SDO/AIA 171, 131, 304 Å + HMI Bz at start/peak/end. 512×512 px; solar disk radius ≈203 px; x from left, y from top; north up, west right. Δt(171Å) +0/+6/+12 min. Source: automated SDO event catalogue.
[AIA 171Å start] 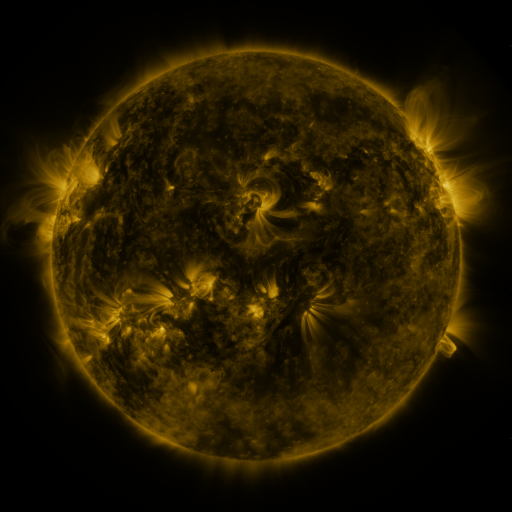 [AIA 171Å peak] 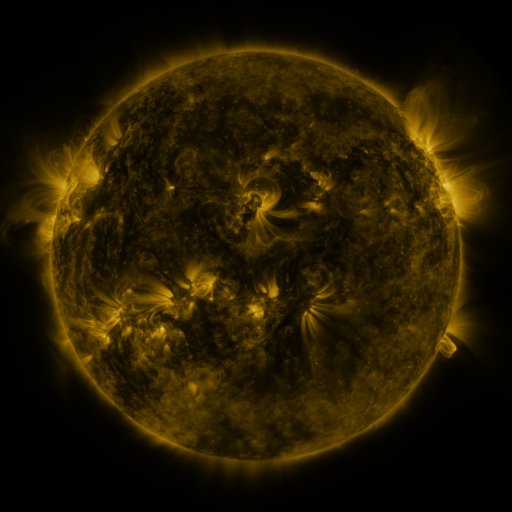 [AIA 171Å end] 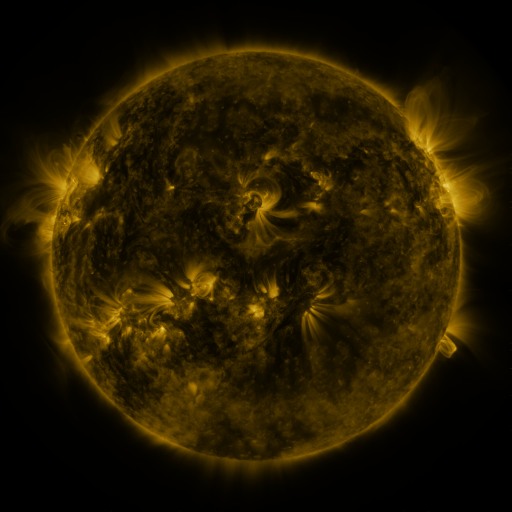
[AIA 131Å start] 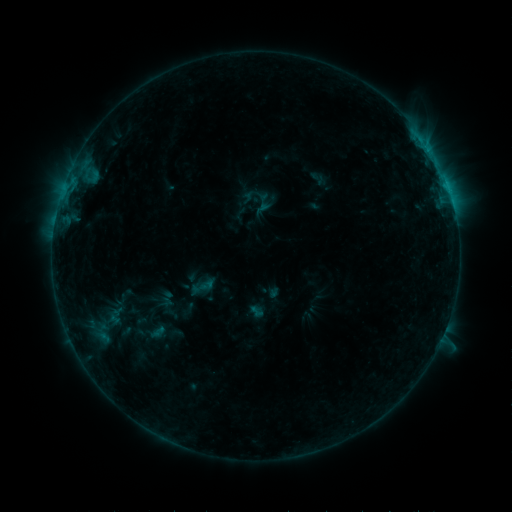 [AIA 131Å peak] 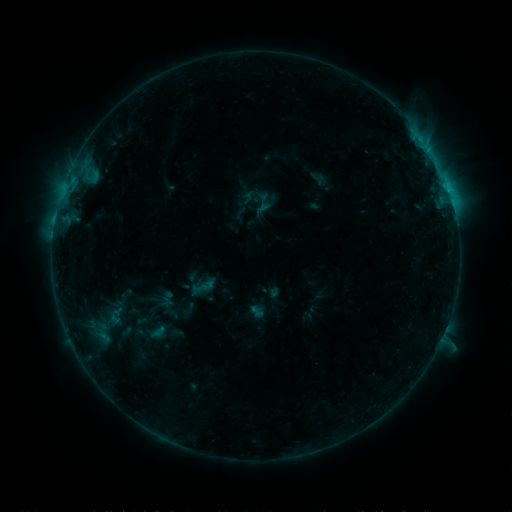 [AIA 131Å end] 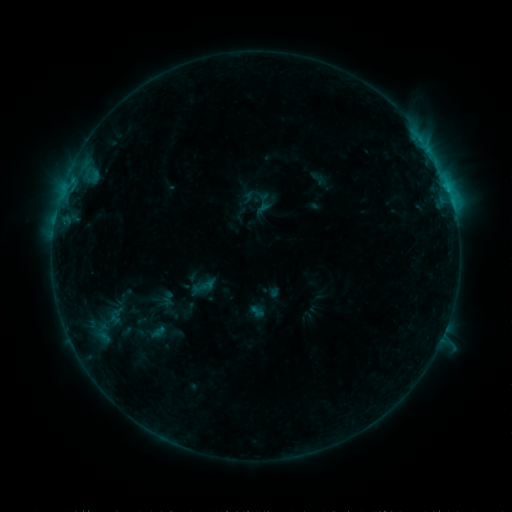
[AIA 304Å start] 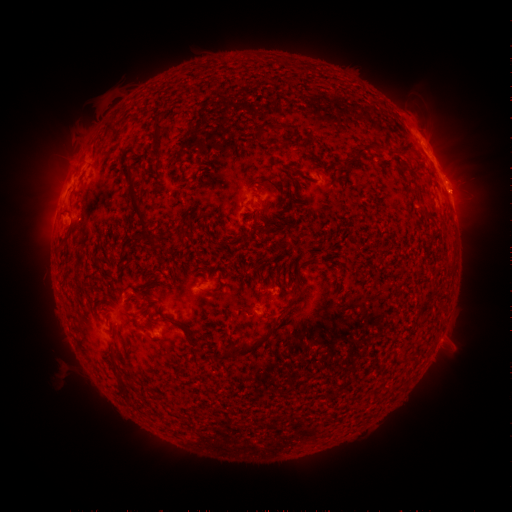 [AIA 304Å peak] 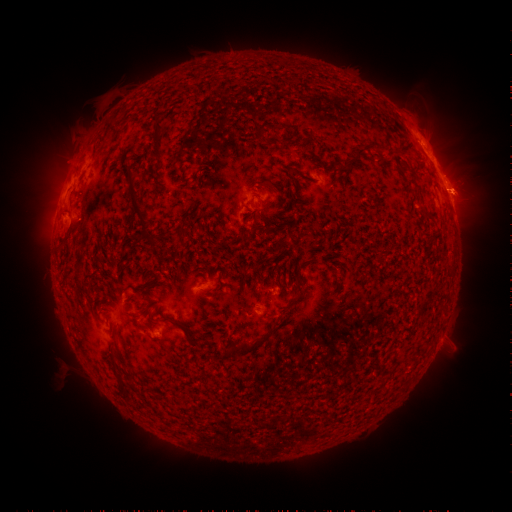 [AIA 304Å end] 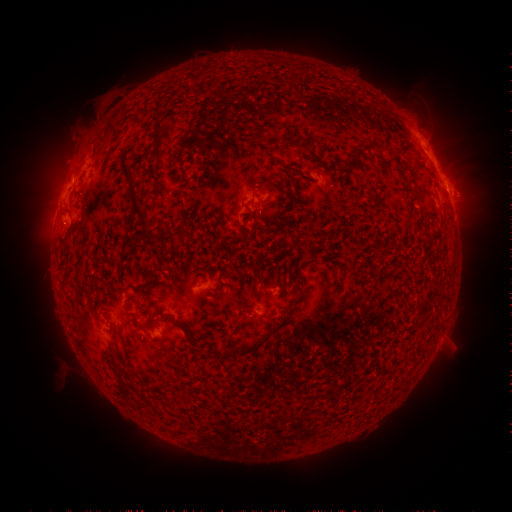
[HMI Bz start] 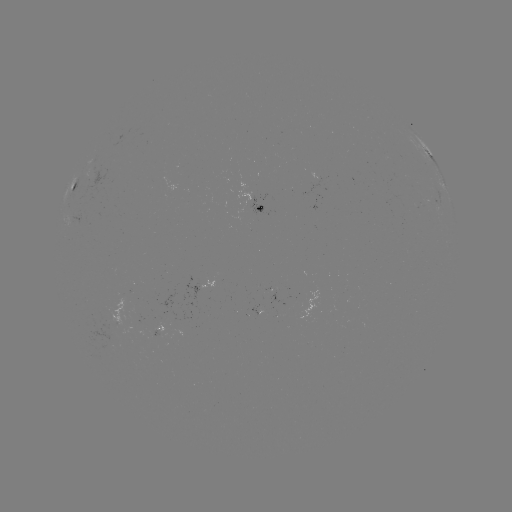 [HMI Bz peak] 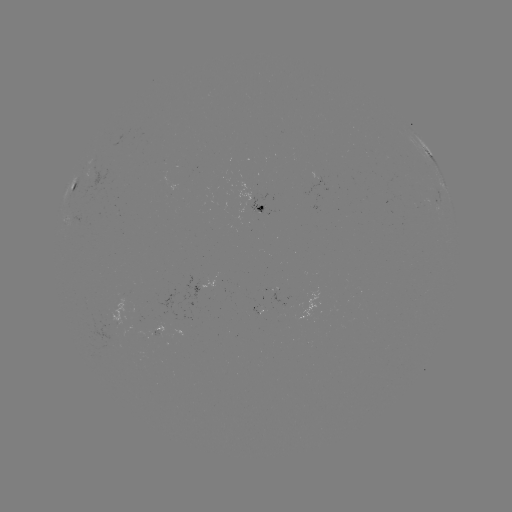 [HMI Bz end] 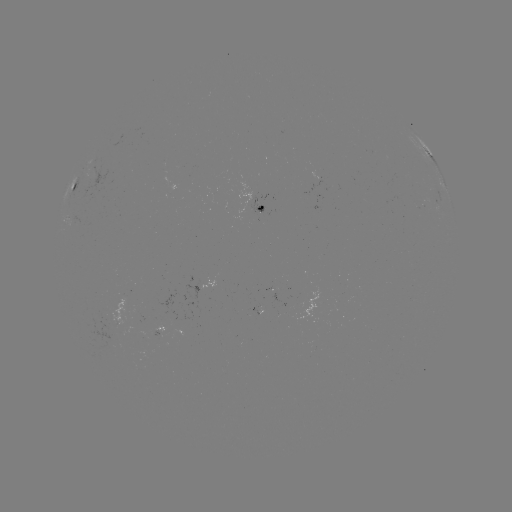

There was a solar eruption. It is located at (470, 193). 